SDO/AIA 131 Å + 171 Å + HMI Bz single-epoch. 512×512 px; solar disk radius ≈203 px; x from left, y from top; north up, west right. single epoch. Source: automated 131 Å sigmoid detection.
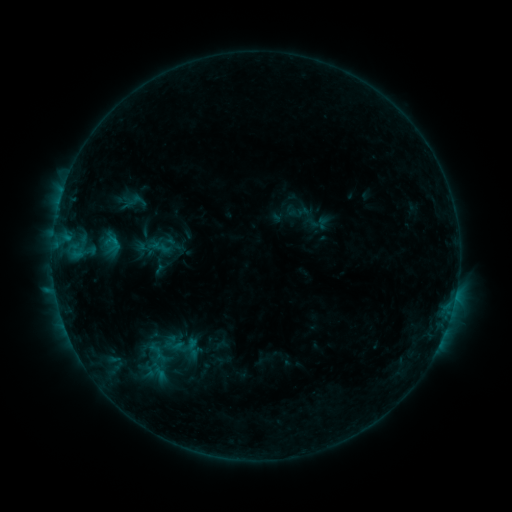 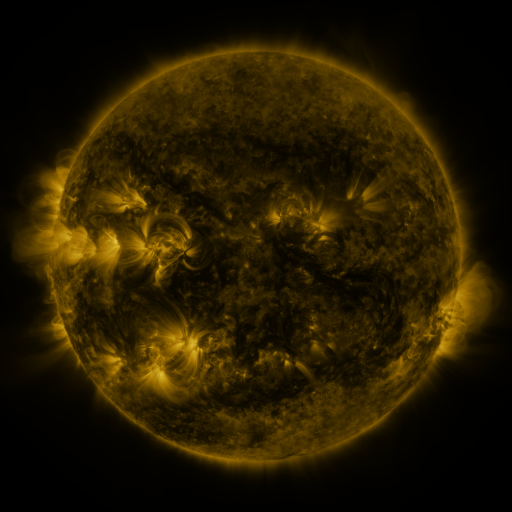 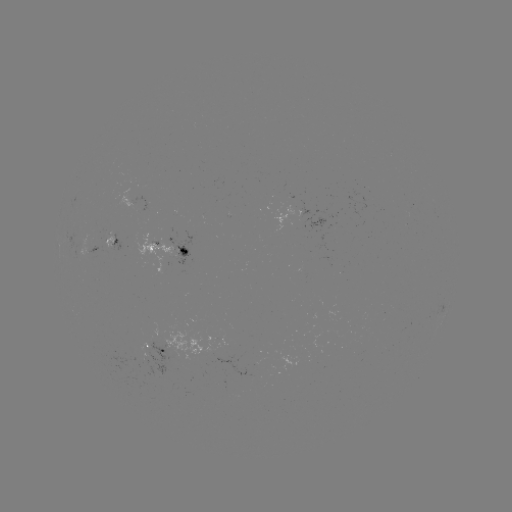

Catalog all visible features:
sigmoid: <bbox>160, 334, 187, 357</bbox>
